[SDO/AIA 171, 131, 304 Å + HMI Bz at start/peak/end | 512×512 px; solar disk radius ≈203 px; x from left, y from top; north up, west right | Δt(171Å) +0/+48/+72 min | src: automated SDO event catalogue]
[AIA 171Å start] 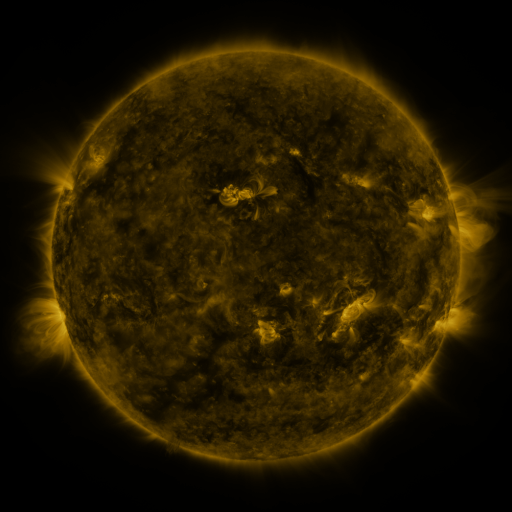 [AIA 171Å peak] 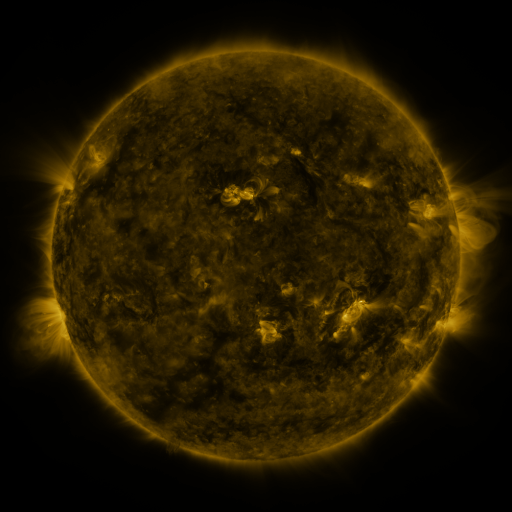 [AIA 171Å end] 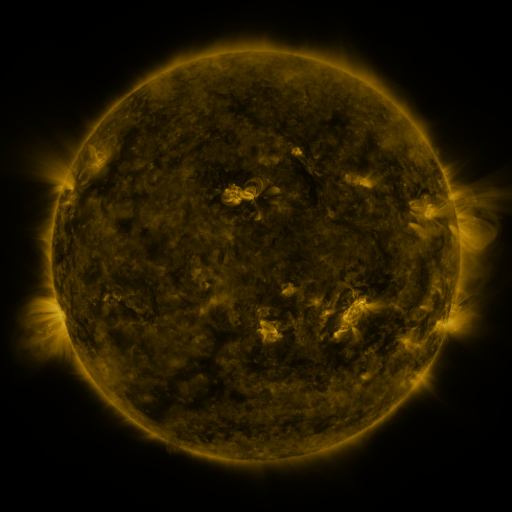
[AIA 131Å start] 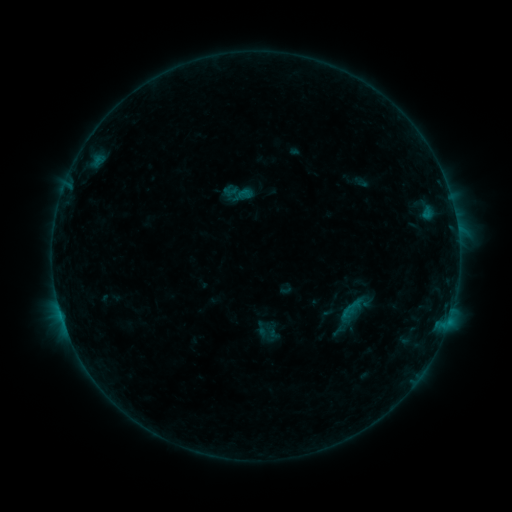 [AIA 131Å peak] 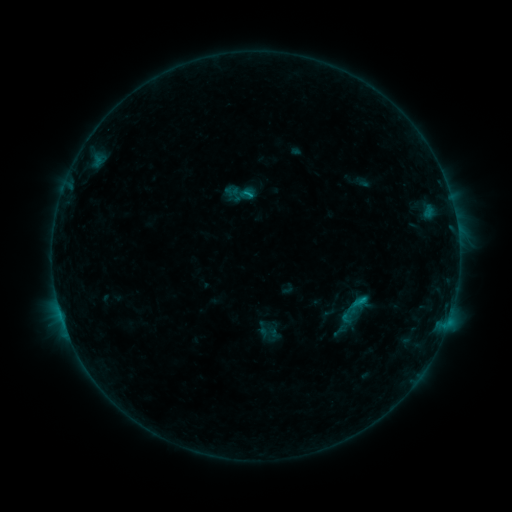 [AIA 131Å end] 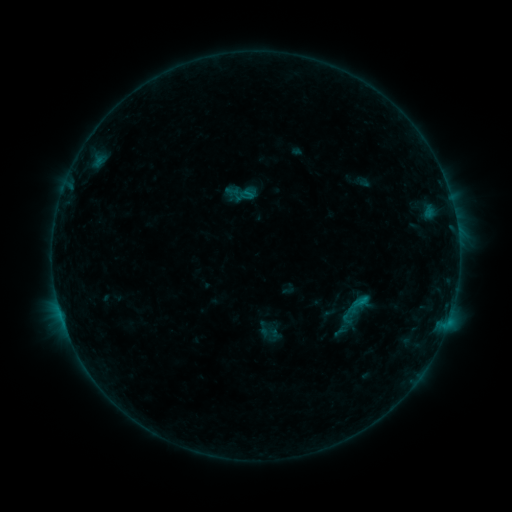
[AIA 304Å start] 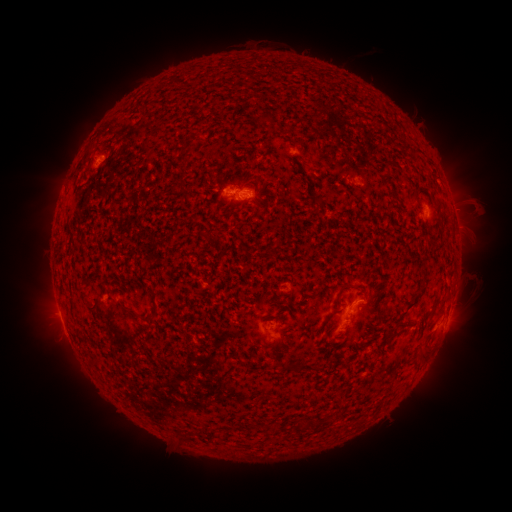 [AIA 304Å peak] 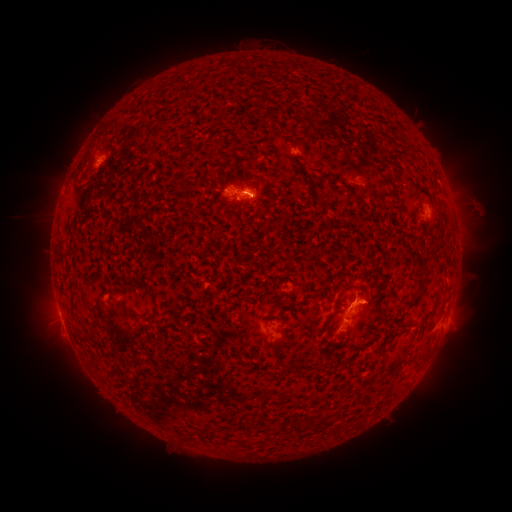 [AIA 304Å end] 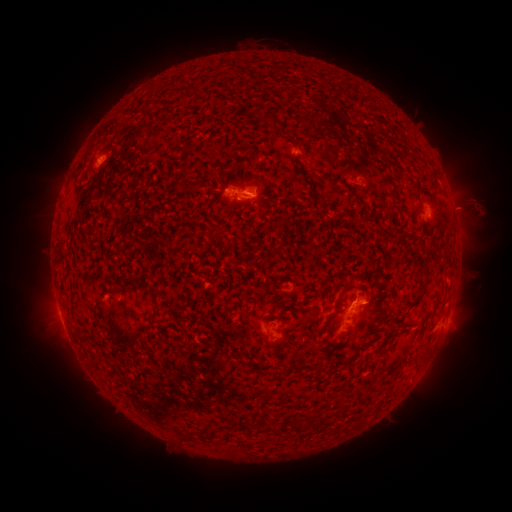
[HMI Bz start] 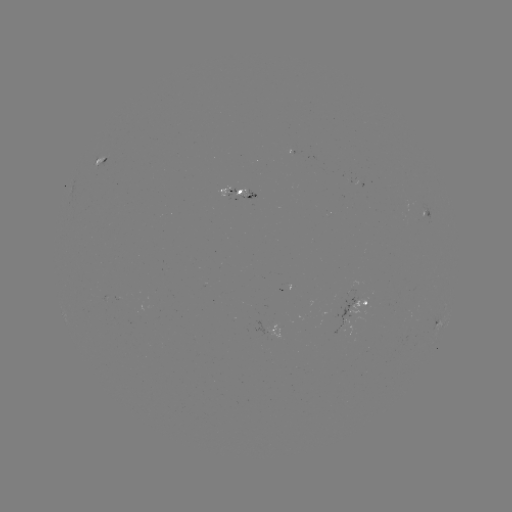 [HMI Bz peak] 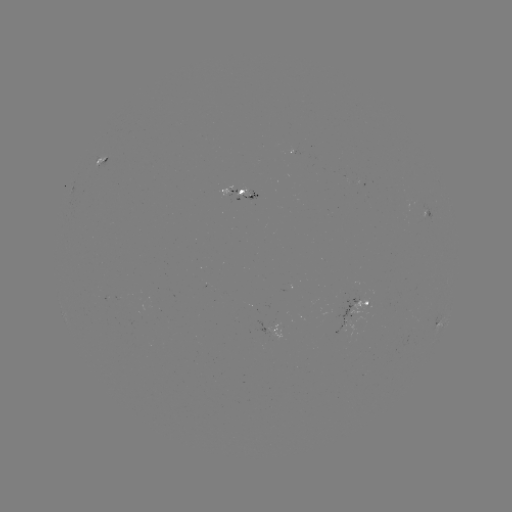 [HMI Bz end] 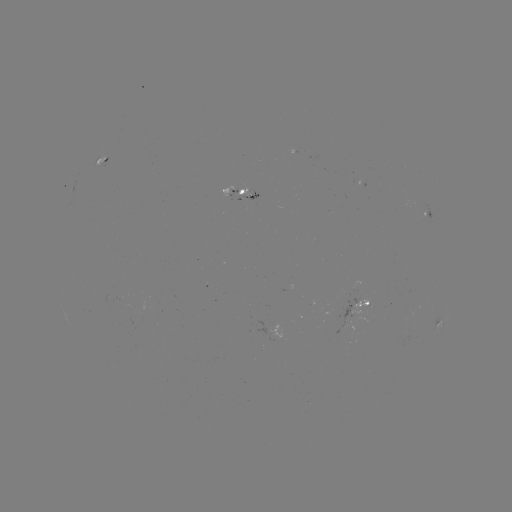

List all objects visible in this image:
B8.1 flare: (249, 195)
